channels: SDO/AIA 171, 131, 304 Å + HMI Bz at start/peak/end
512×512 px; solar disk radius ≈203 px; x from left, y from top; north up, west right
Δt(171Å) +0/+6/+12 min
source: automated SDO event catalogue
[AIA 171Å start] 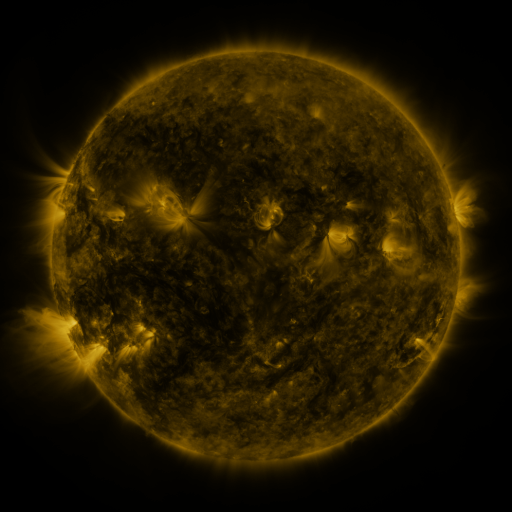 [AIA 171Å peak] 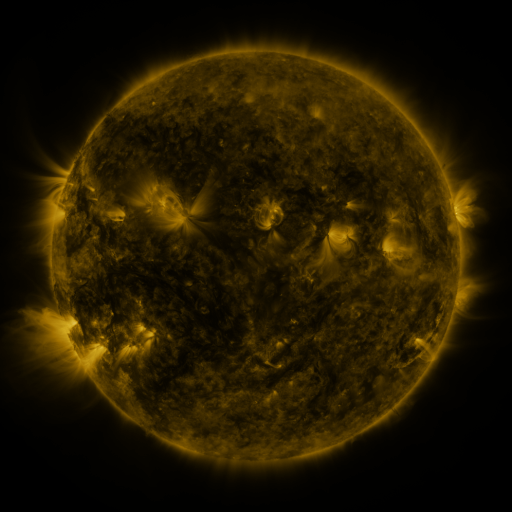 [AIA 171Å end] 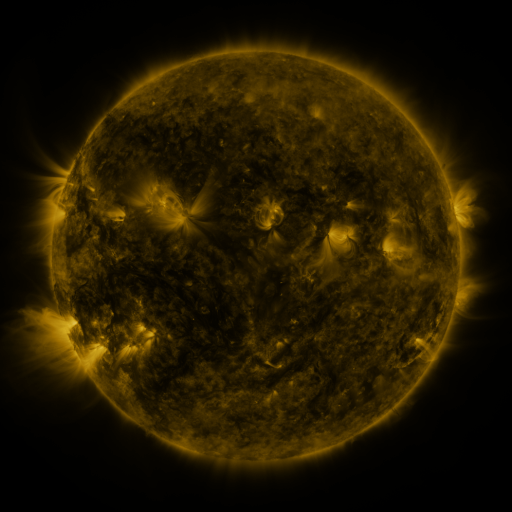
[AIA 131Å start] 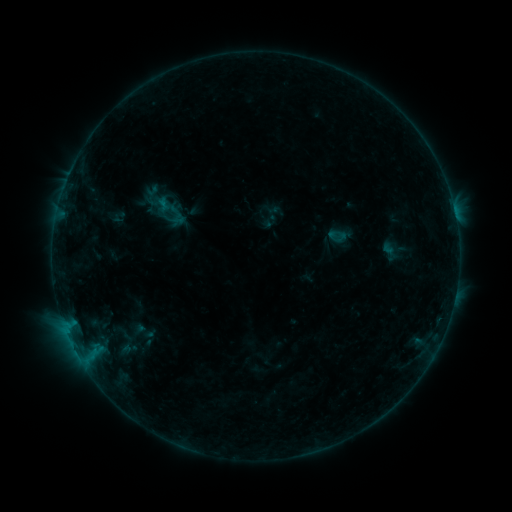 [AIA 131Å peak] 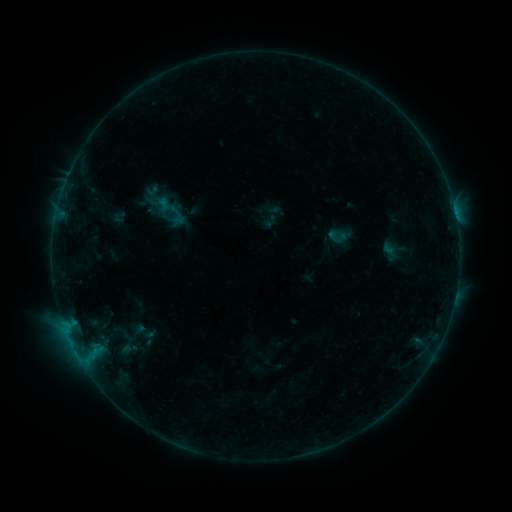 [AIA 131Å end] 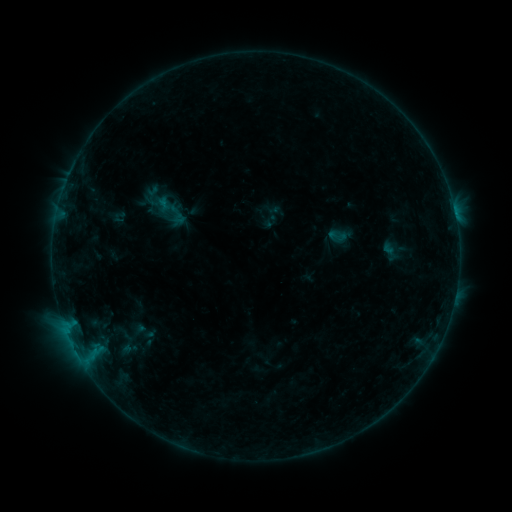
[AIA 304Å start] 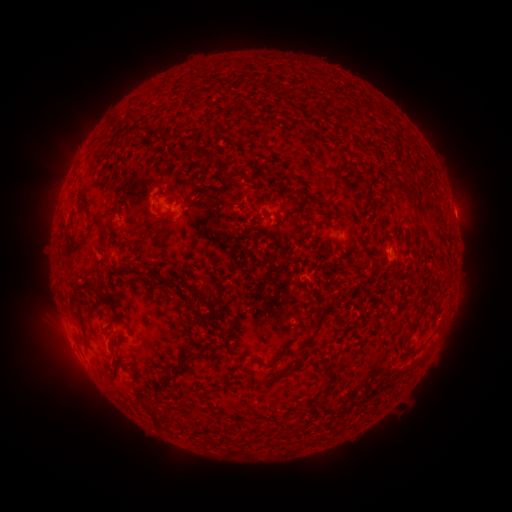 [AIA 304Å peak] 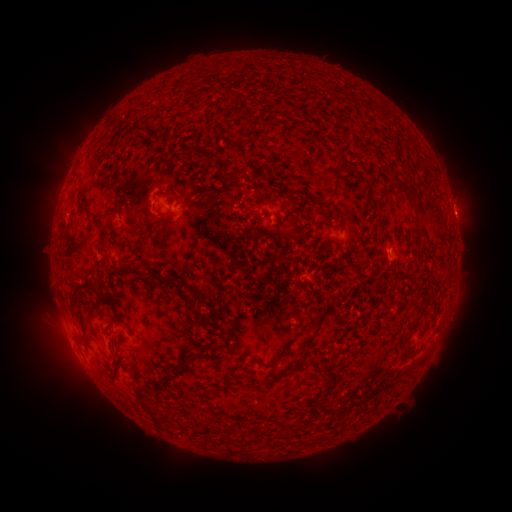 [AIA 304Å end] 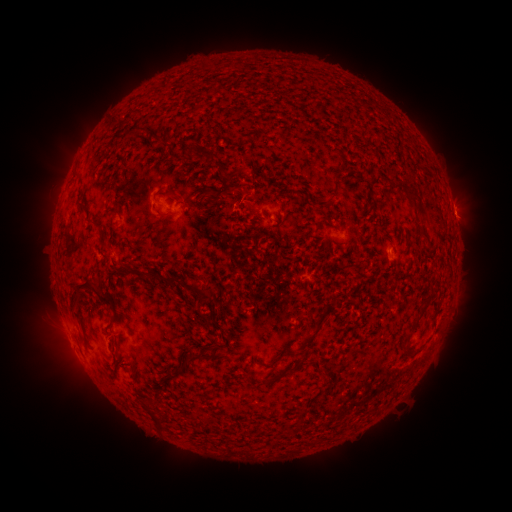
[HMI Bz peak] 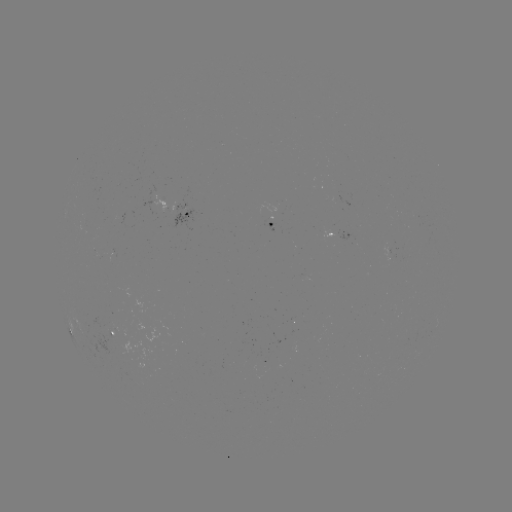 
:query B3.6 flare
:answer [455, 218]